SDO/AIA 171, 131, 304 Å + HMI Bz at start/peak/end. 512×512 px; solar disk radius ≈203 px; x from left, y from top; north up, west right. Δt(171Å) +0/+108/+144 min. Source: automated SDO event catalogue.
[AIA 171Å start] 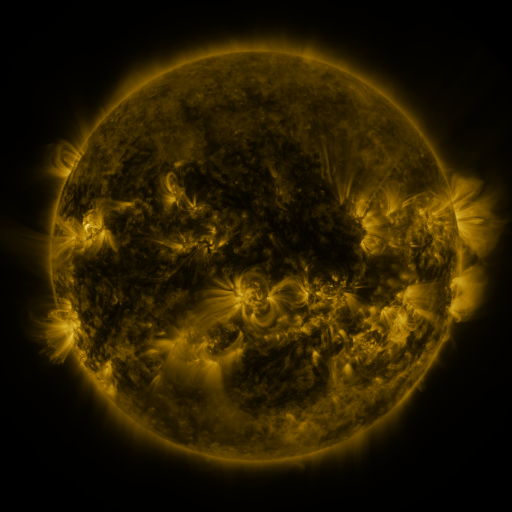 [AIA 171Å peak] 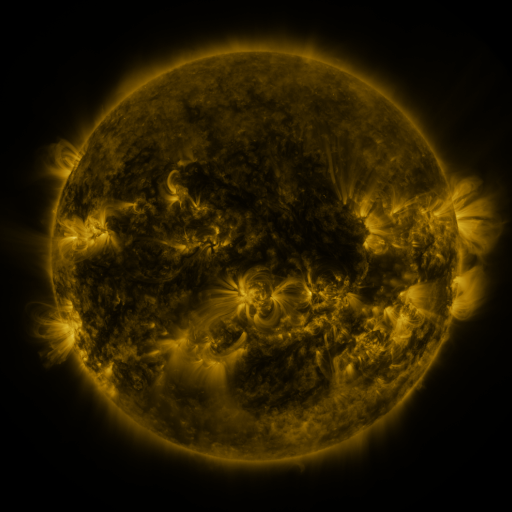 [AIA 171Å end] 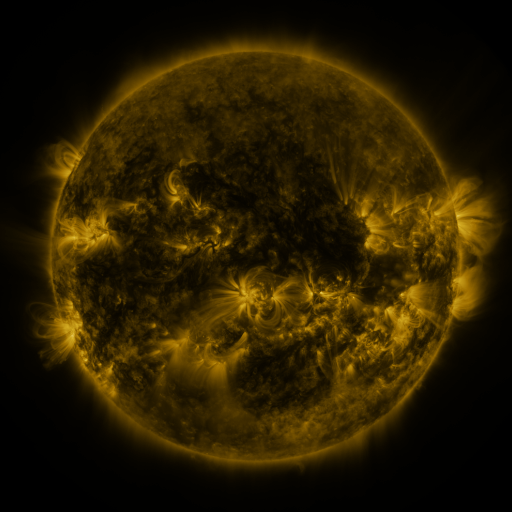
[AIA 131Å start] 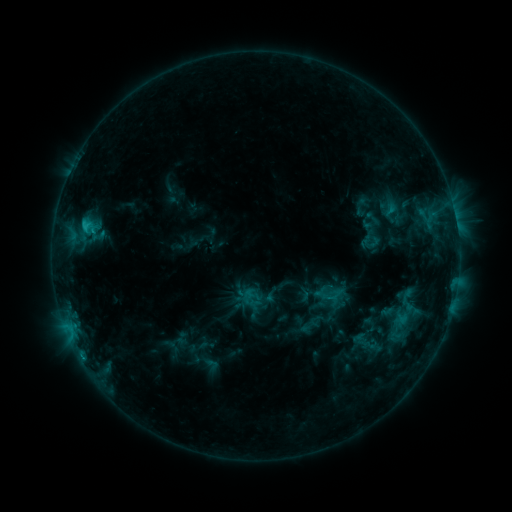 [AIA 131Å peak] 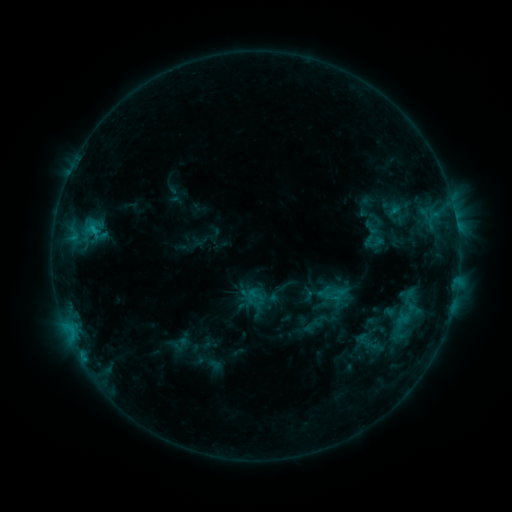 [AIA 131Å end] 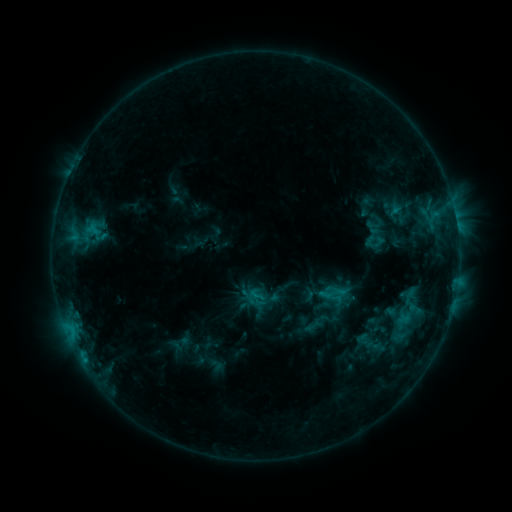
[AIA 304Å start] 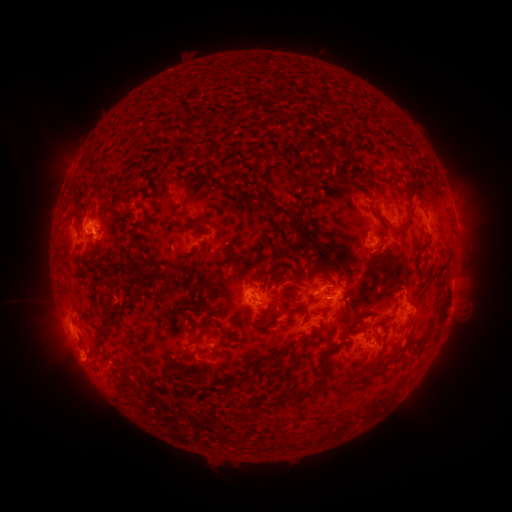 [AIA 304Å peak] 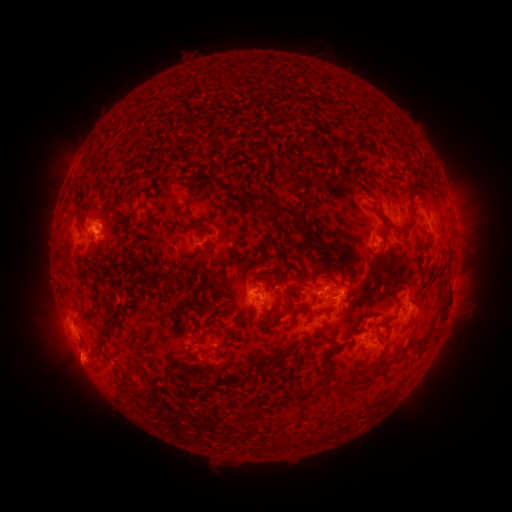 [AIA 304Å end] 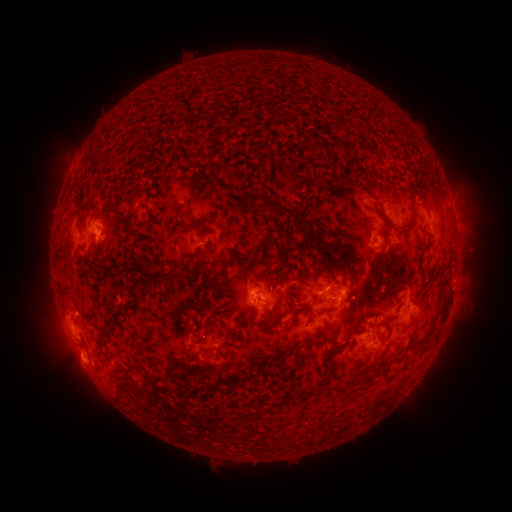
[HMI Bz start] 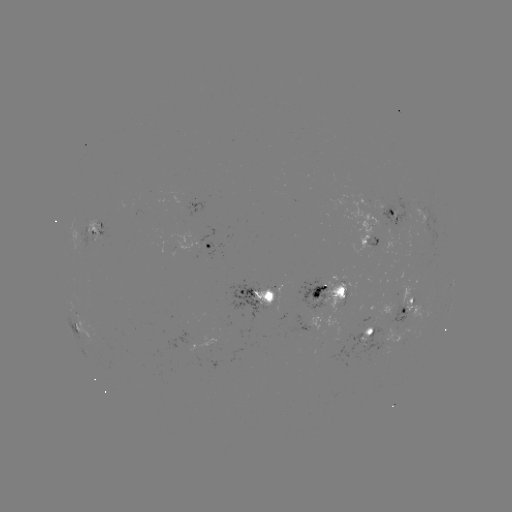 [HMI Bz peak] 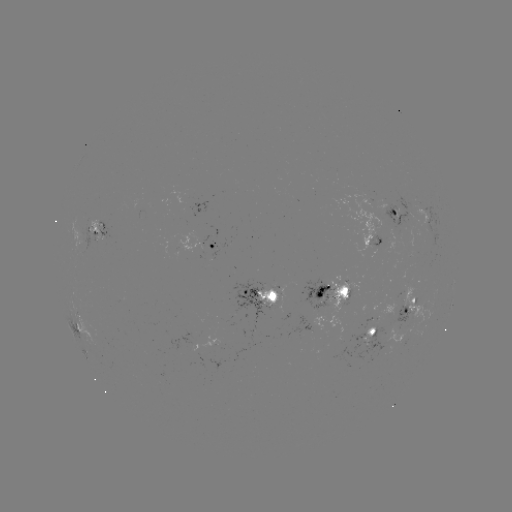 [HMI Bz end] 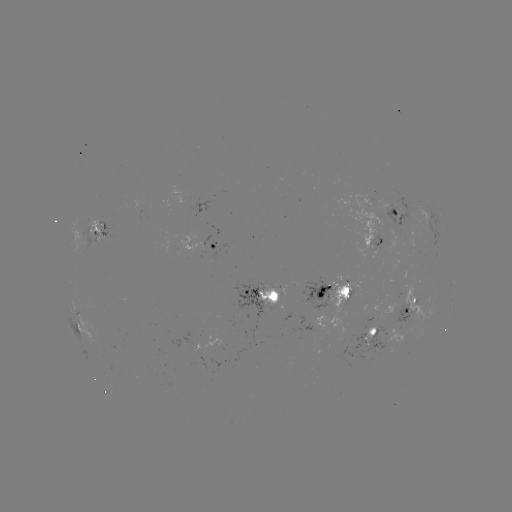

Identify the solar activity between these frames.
emerging-flux region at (343, 288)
